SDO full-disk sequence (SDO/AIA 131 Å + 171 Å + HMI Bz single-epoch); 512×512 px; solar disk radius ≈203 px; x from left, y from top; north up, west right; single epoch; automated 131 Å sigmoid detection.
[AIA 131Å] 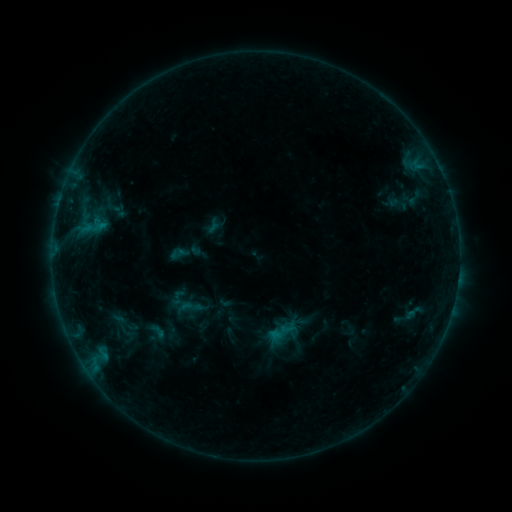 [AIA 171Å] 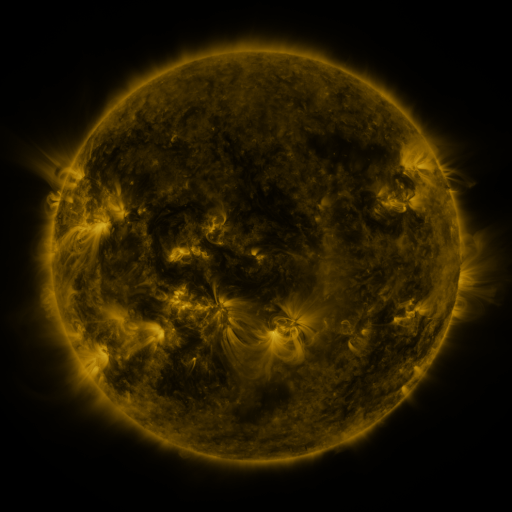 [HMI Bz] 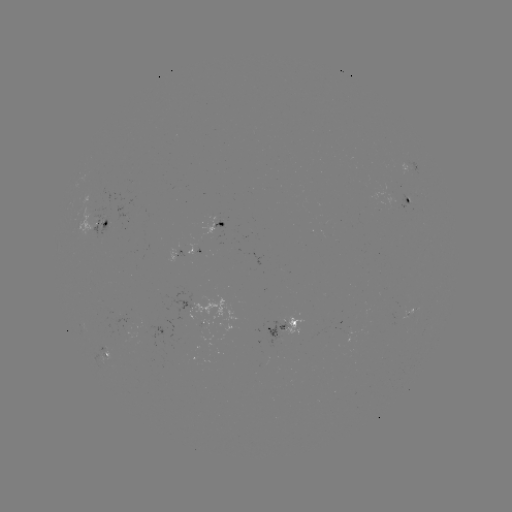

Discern sigmoid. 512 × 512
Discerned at (157, 334).